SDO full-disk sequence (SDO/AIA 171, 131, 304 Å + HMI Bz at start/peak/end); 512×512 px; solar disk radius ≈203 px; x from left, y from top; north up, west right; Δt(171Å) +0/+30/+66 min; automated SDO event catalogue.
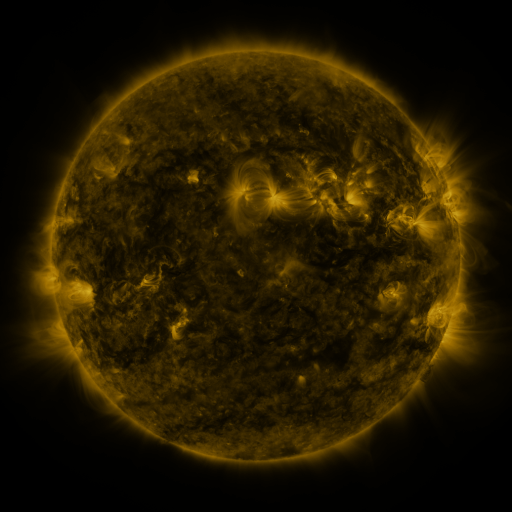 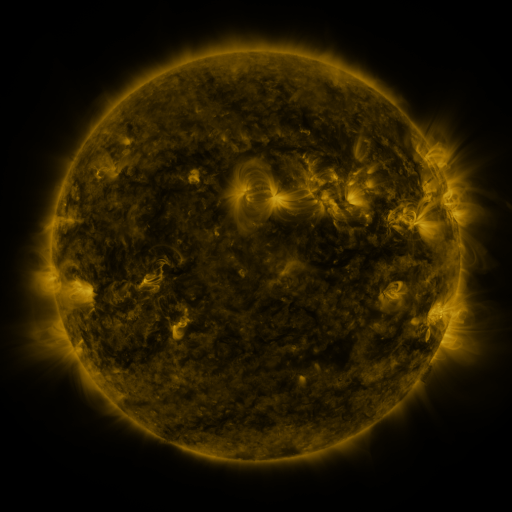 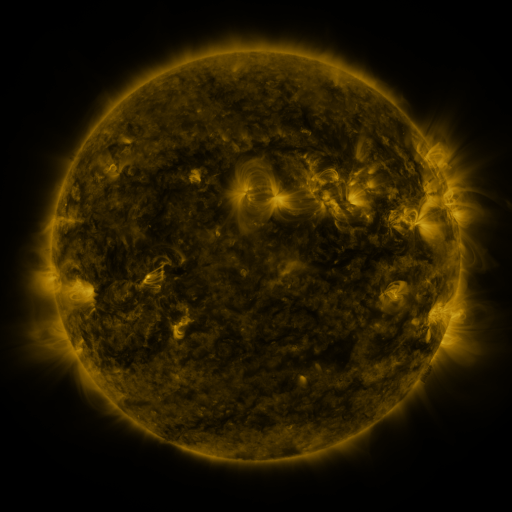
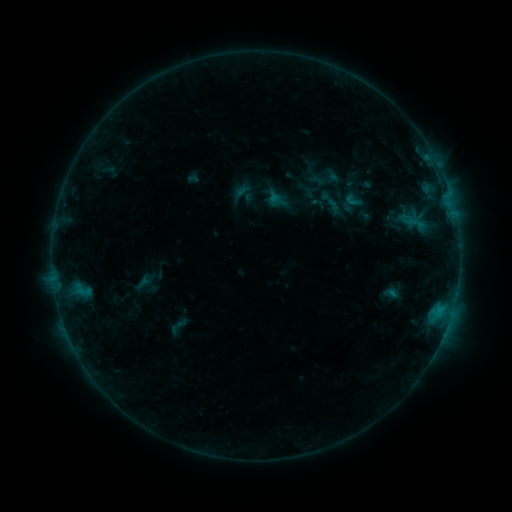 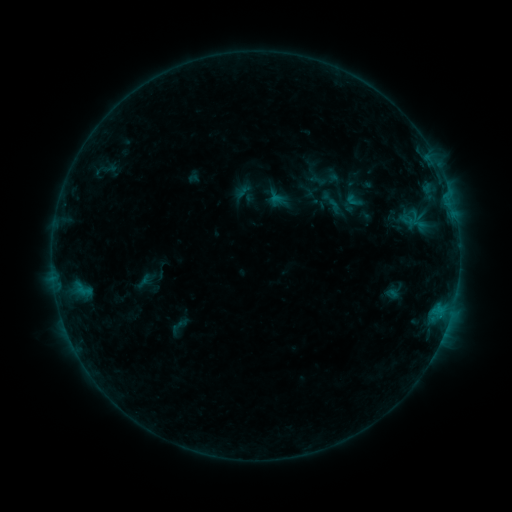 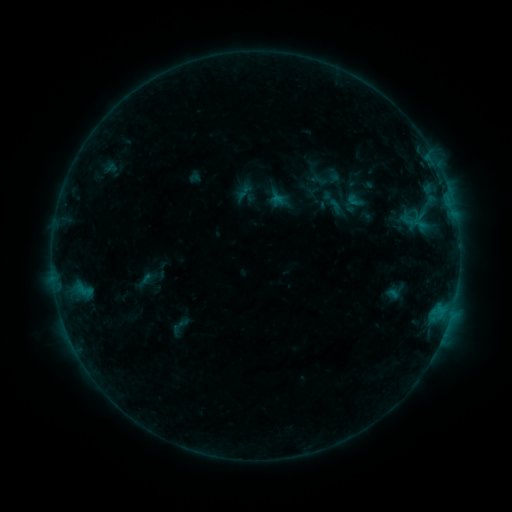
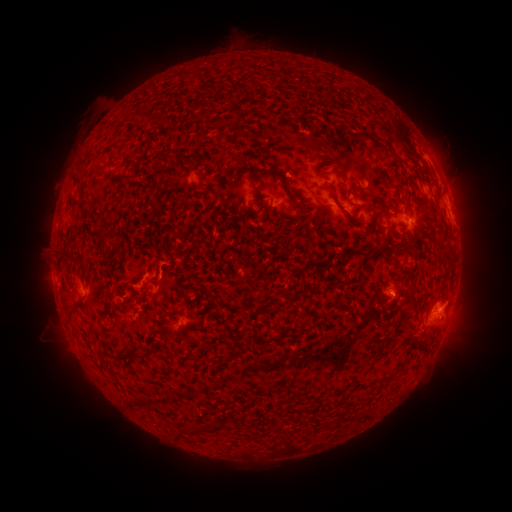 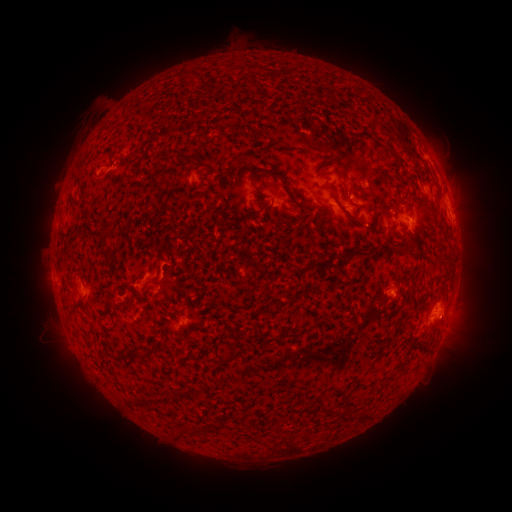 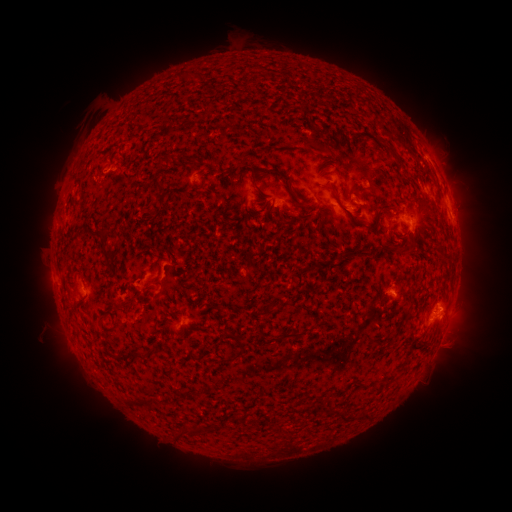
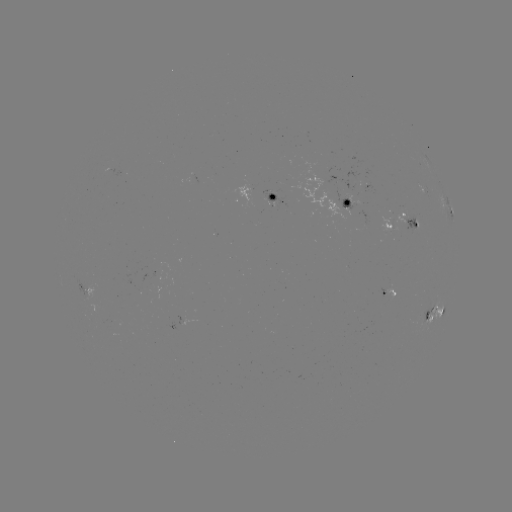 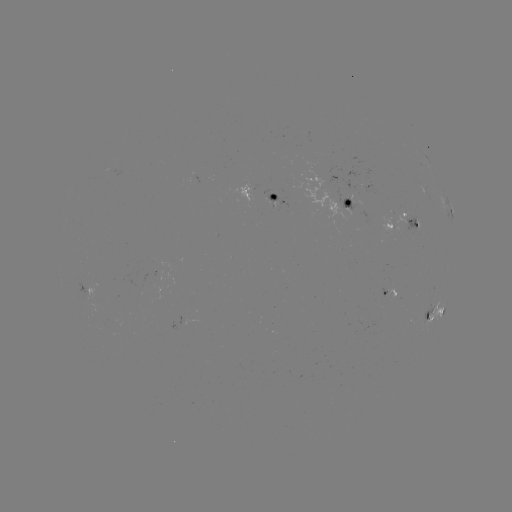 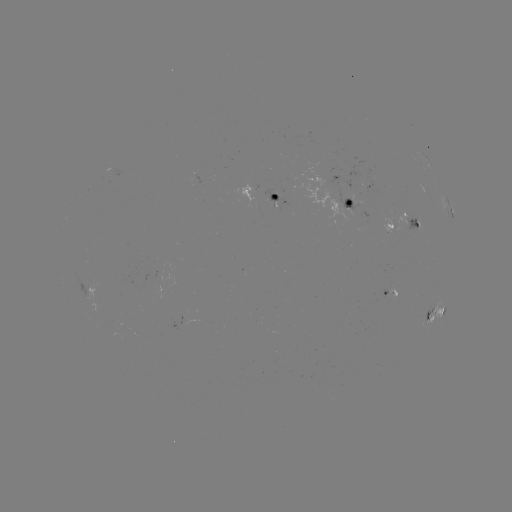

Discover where filament eruption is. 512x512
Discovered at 84,135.